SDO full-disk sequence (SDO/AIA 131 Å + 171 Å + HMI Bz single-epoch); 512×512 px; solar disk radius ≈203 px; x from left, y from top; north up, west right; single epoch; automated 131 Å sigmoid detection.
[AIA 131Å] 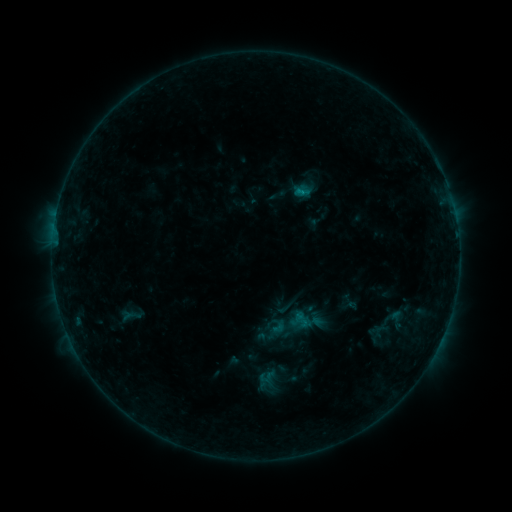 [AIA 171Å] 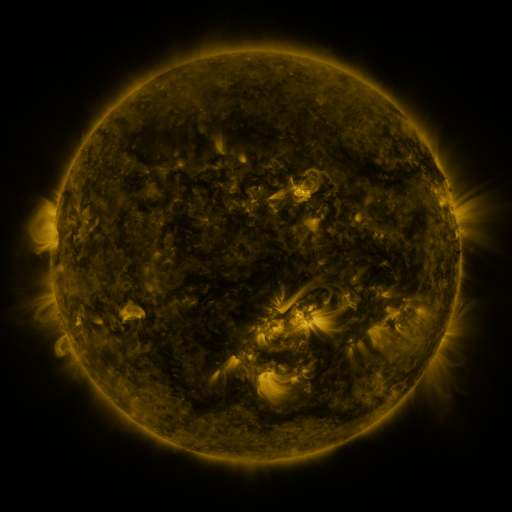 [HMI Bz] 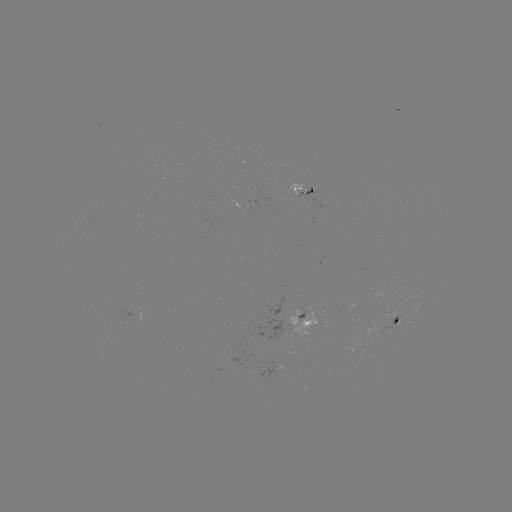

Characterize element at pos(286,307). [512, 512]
sigmoid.